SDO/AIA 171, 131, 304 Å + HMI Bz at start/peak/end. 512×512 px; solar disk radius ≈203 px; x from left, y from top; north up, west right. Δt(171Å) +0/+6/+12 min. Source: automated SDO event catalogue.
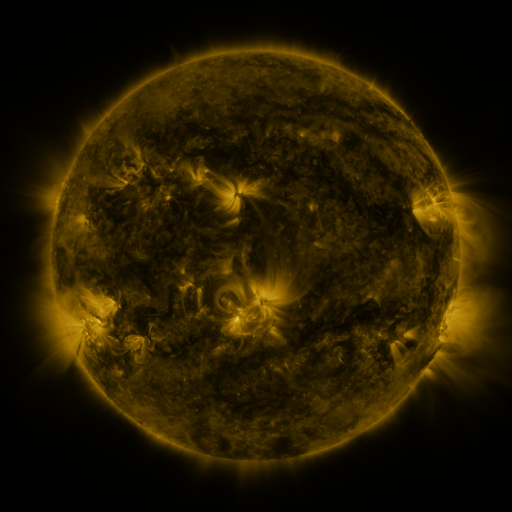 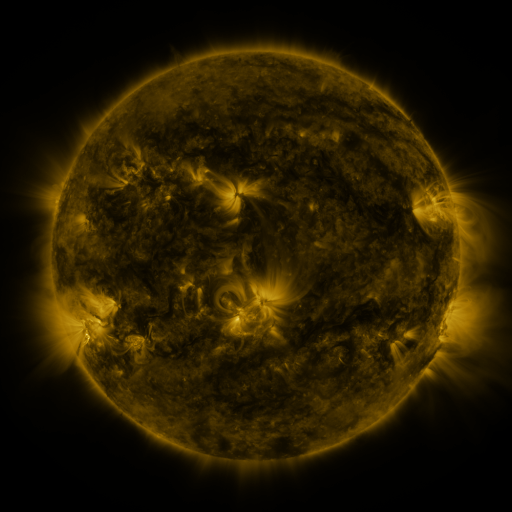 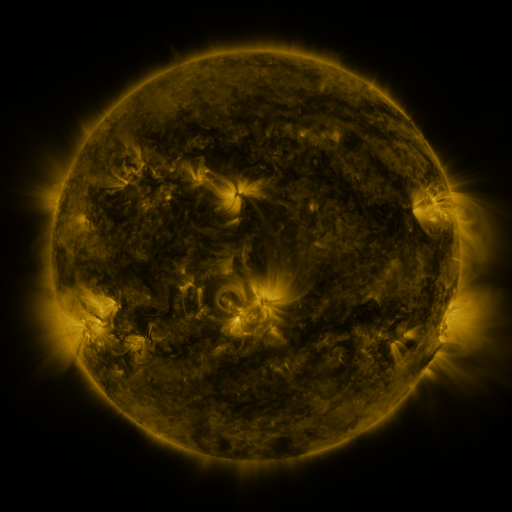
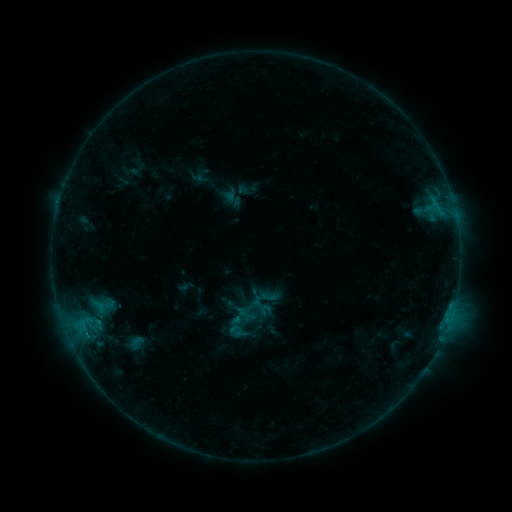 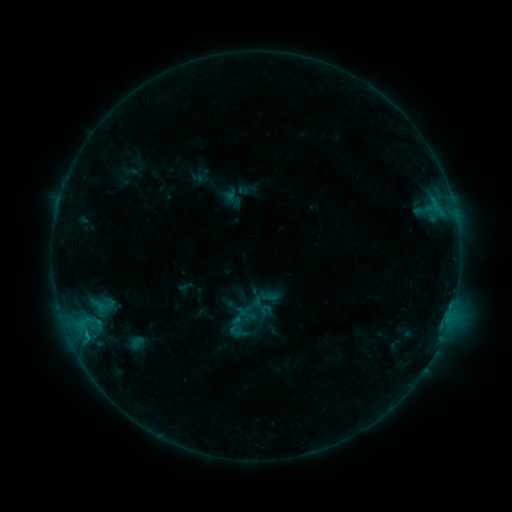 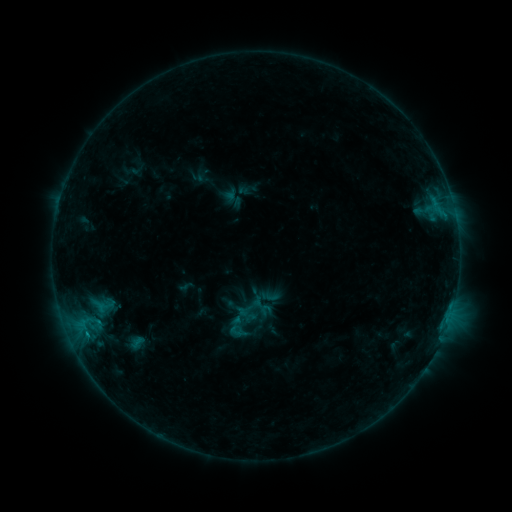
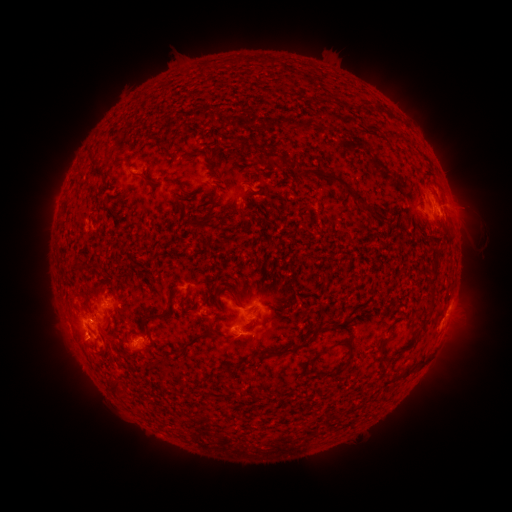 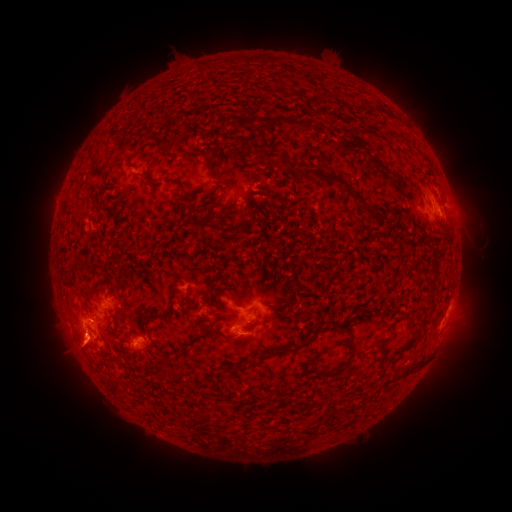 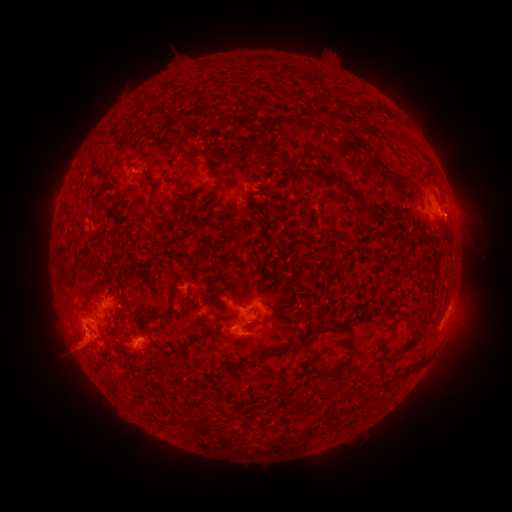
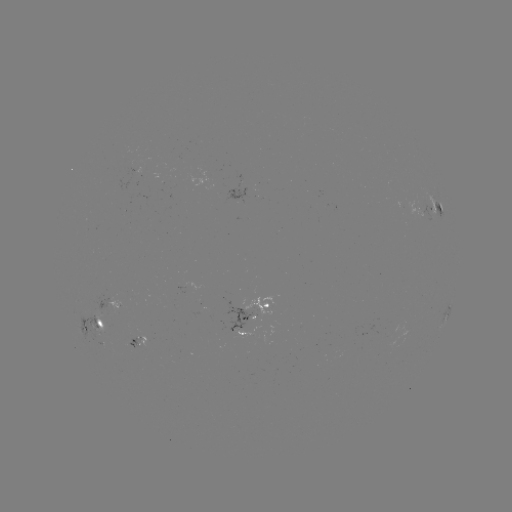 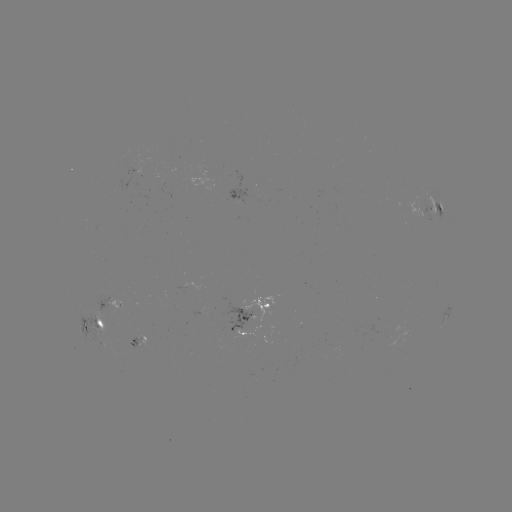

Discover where eruption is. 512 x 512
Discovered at (75, 350).